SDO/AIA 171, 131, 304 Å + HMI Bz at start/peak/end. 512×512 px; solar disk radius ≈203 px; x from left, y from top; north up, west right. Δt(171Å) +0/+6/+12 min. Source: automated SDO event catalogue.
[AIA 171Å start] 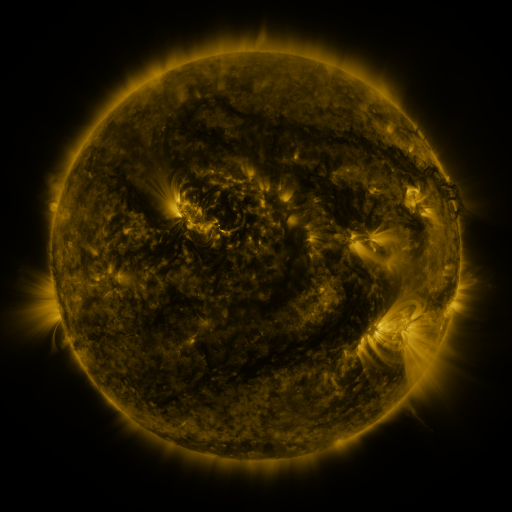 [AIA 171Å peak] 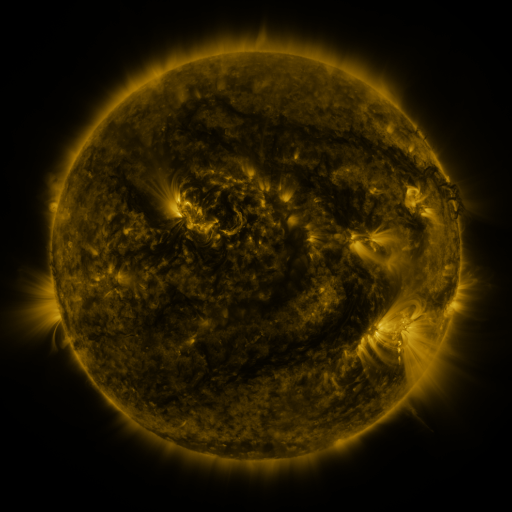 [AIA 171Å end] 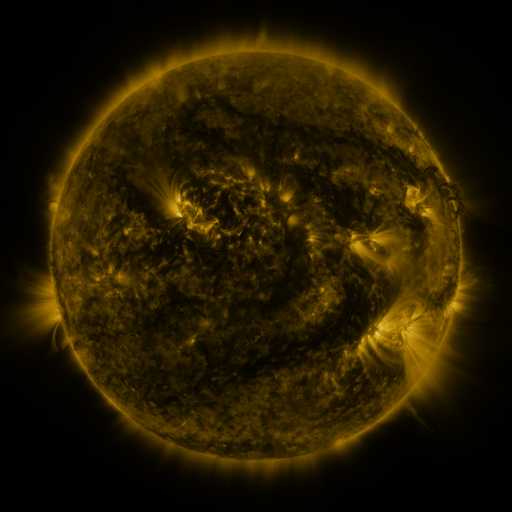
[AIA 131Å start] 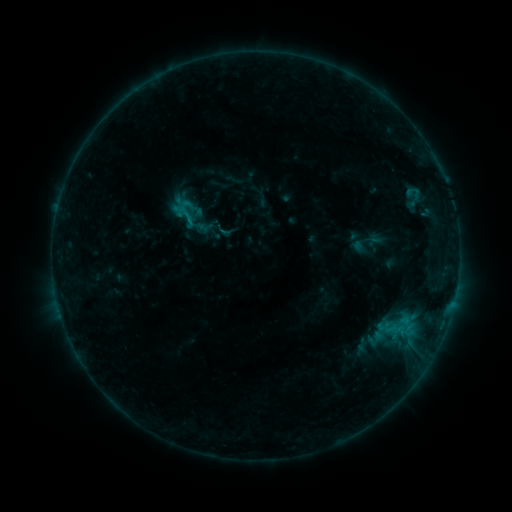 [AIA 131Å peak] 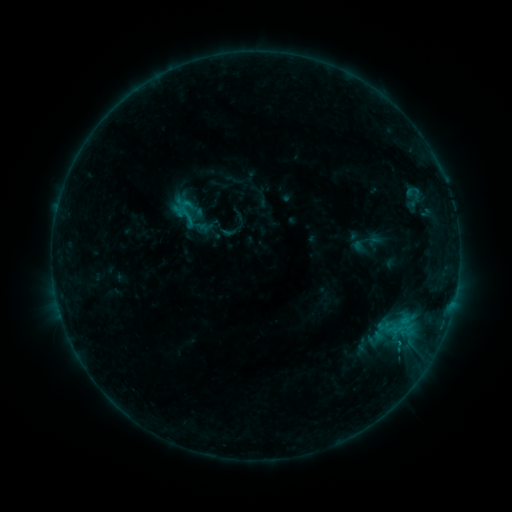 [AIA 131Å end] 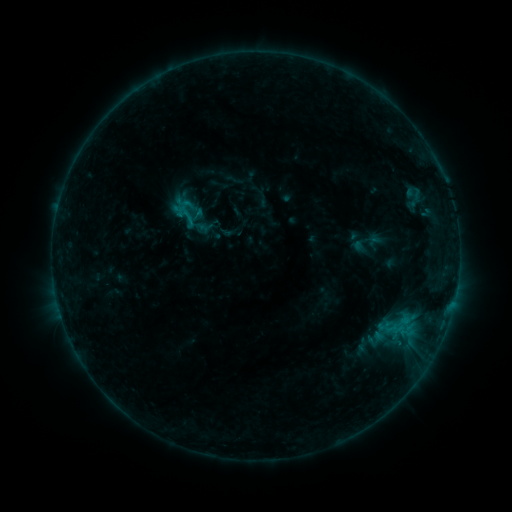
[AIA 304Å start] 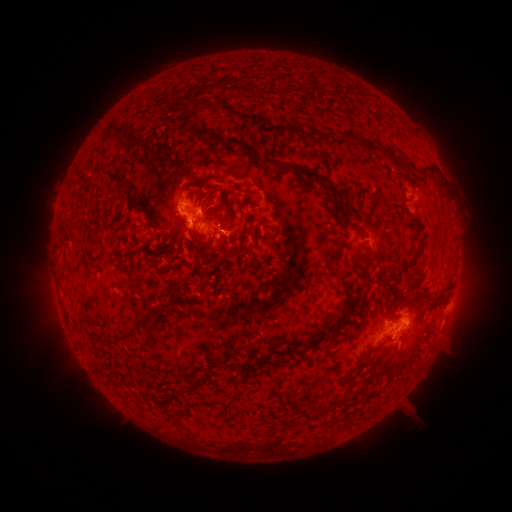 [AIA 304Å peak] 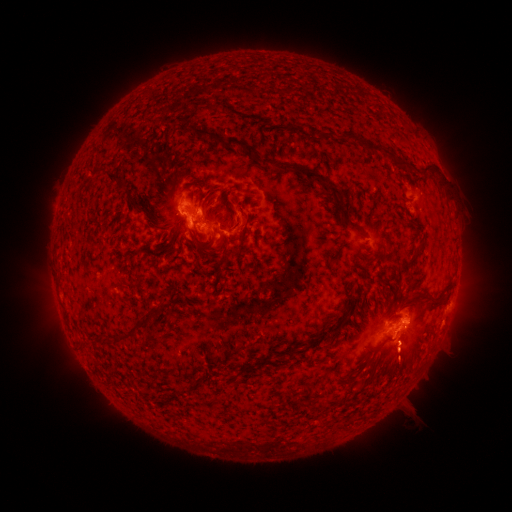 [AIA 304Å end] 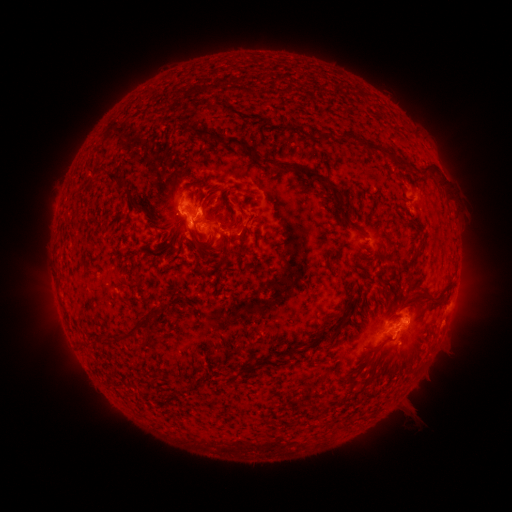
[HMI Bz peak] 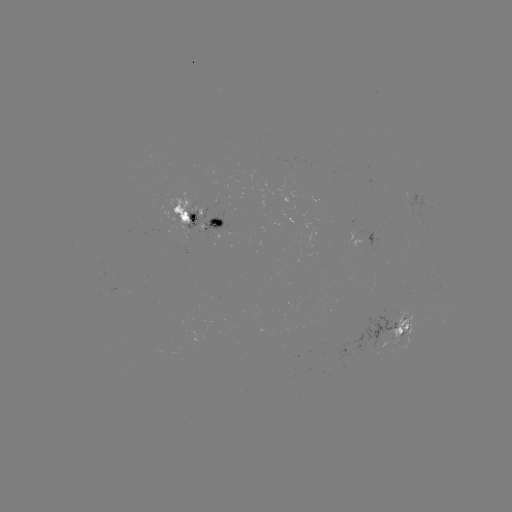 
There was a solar eruption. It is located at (401, 362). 